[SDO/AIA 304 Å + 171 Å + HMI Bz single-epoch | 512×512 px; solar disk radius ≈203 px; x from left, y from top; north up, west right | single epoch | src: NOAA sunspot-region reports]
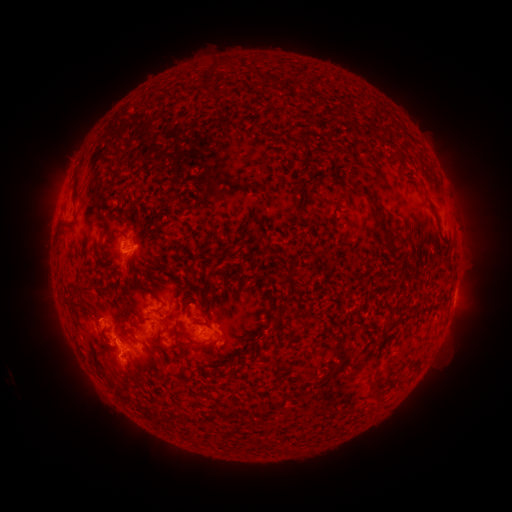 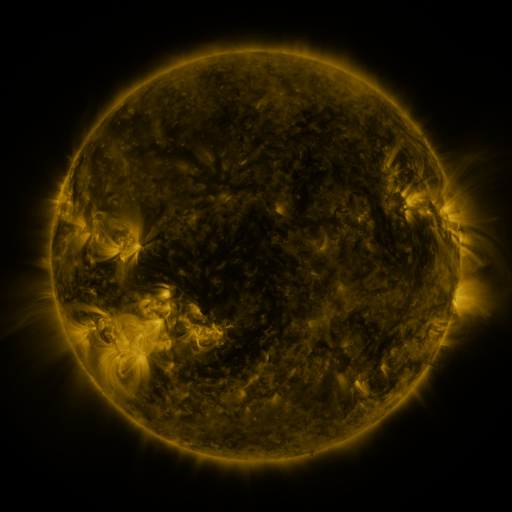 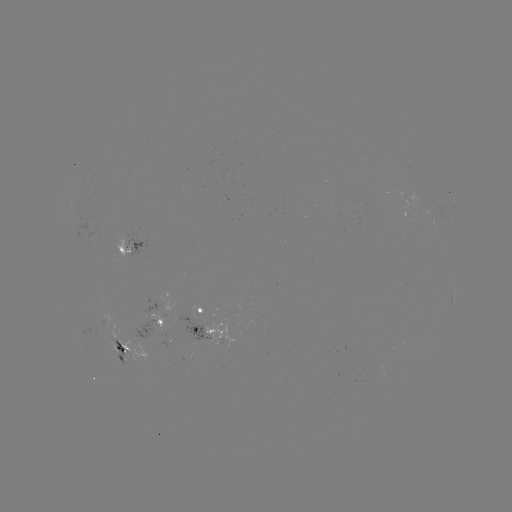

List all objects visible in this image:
spotted active region: (133, 245)
spotted active region: (454, 298)
spotted active region: (201, 309)
spotted active region: (156, 322)
spotted active region: (206, 330)
spotted active region: (119, 348)
